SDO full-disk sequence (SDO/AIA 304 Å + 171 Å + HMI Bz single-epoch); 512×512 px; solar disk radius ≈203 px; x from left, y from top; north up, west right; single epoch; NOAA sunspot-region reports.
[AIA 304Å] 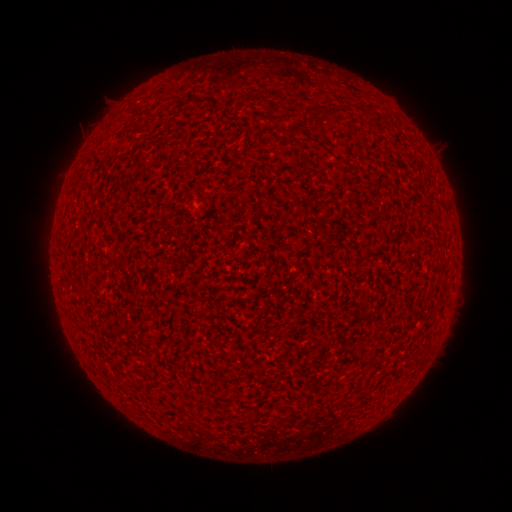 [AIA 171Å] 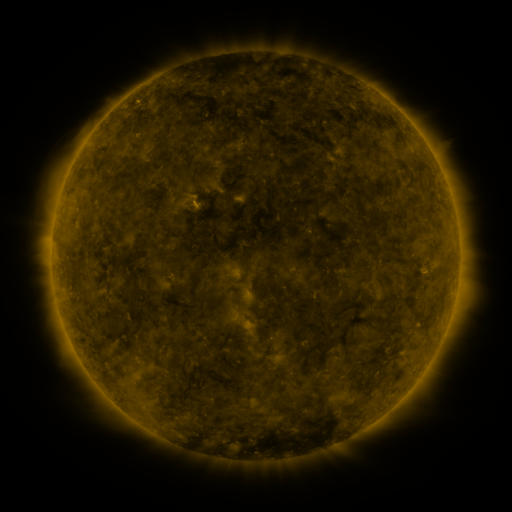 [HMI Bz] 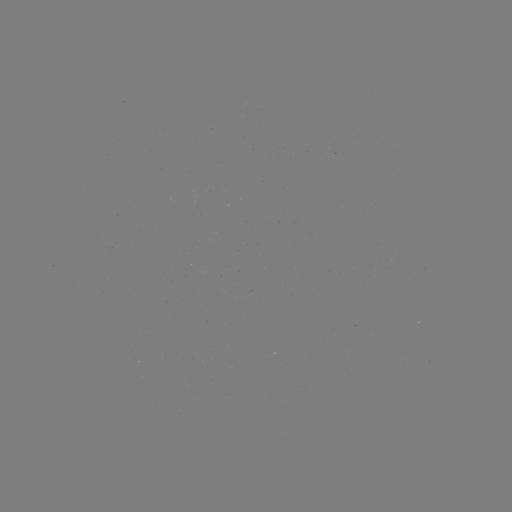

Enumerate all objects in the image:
(none)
